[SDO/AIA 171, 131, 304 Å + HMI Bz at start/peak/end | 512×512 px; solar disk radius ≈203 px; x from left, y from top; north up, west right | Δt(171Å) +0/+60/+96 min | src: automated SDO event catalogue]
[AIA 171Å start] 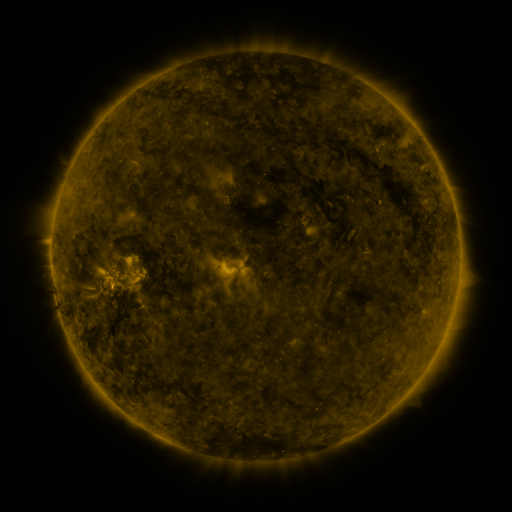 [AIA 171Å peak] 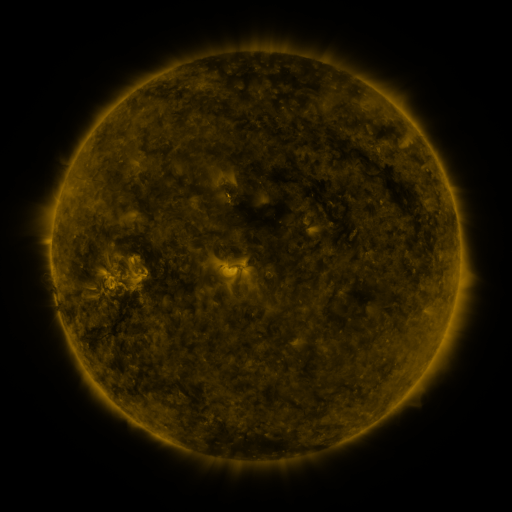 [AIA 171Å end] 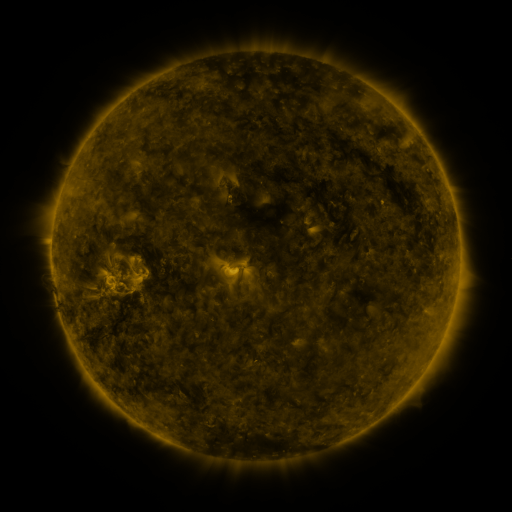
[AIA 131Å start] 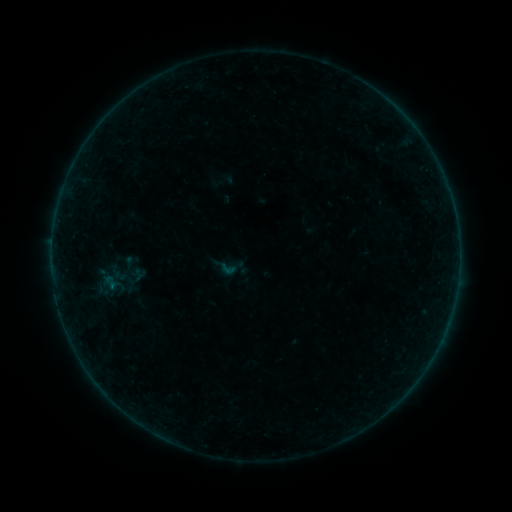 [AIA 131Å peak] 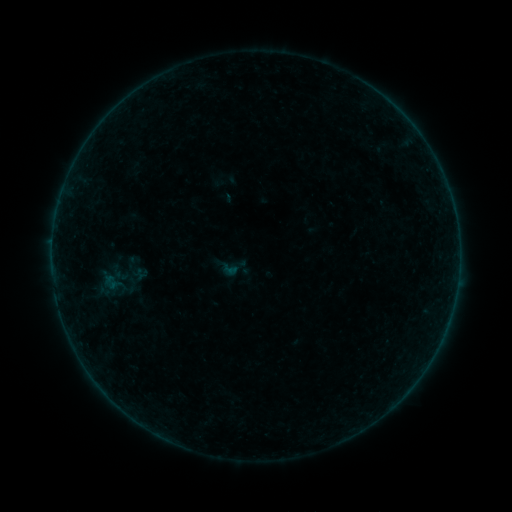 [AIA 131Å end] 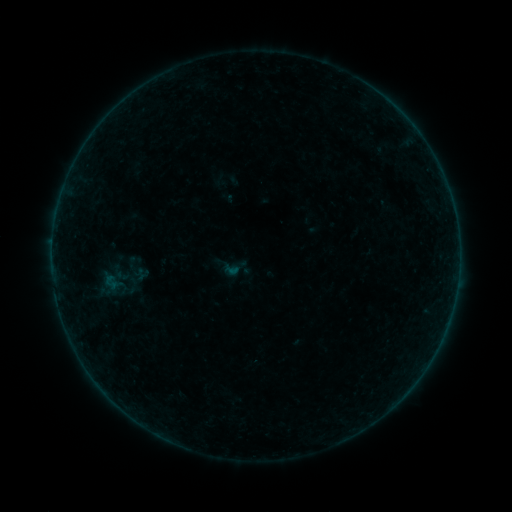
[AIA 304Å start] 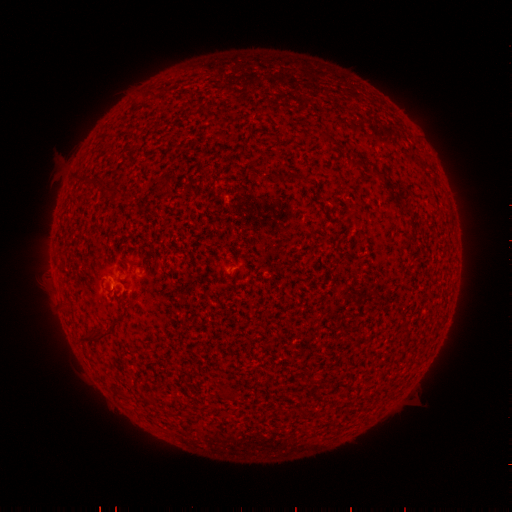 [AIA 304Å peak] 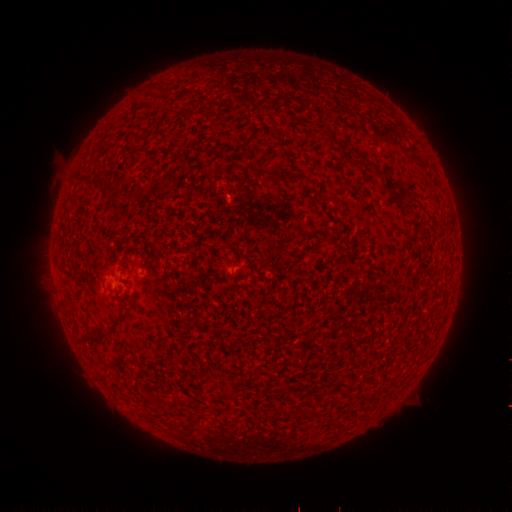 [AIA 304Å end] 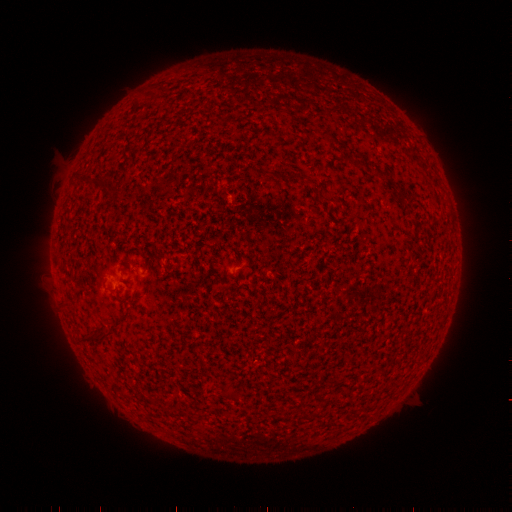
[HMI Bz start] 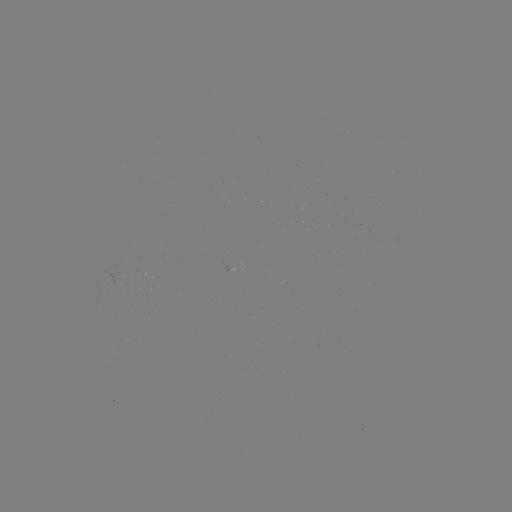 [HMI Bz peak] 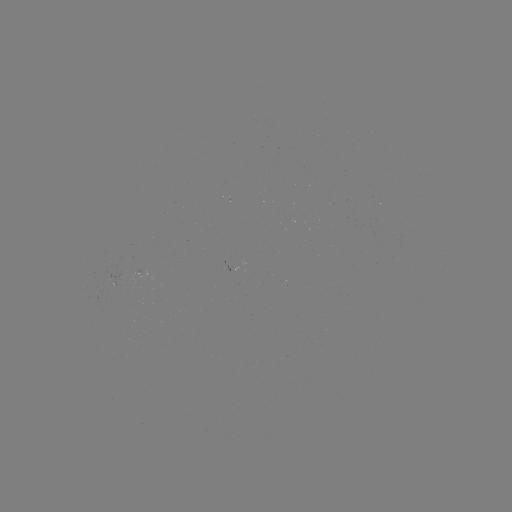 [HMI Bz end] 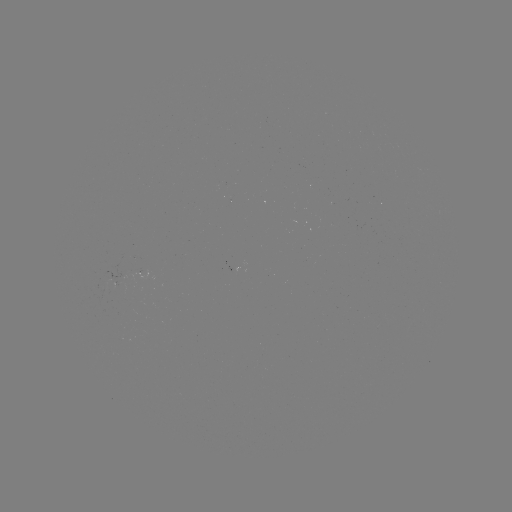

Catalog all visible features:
emerging-flux region: (113, 279)
